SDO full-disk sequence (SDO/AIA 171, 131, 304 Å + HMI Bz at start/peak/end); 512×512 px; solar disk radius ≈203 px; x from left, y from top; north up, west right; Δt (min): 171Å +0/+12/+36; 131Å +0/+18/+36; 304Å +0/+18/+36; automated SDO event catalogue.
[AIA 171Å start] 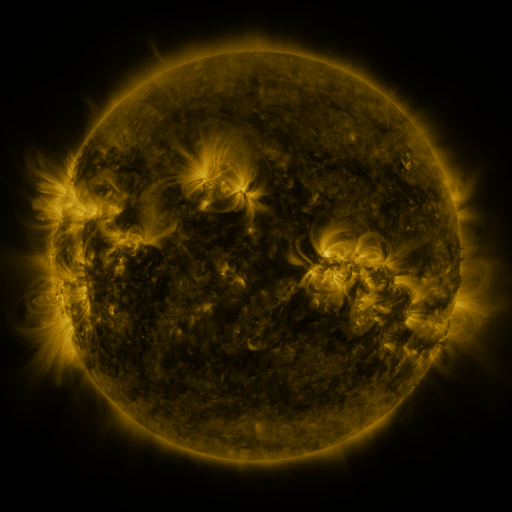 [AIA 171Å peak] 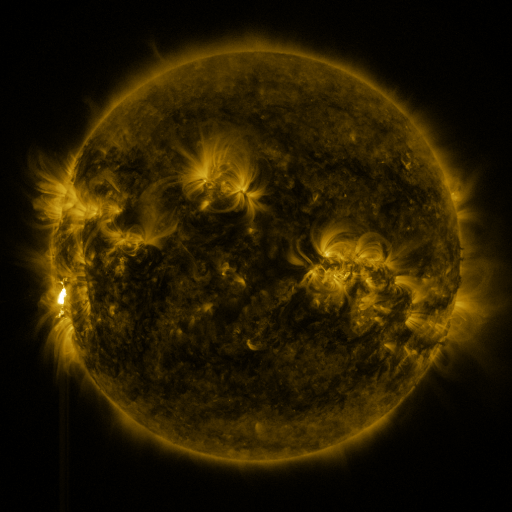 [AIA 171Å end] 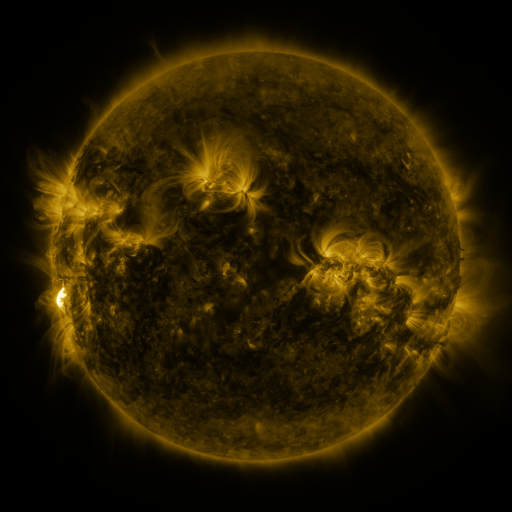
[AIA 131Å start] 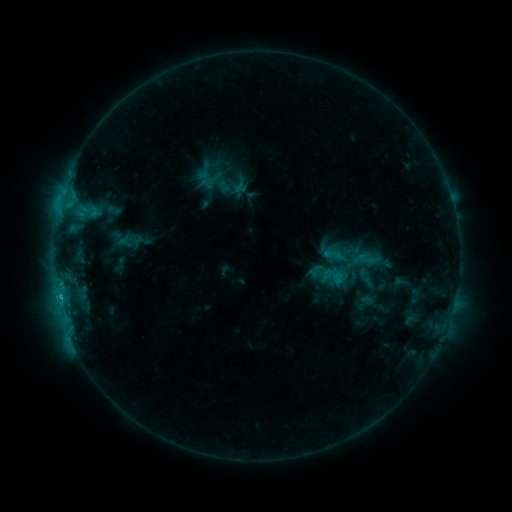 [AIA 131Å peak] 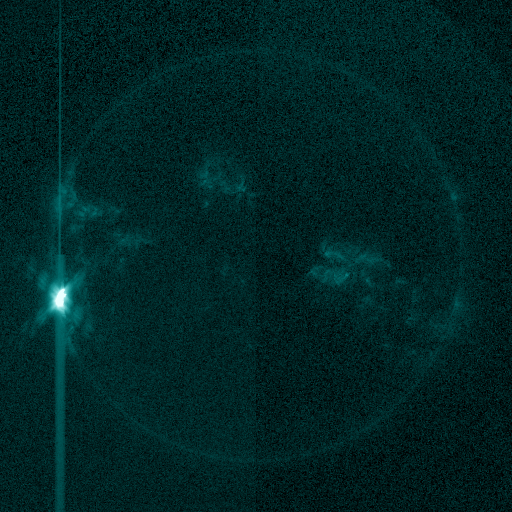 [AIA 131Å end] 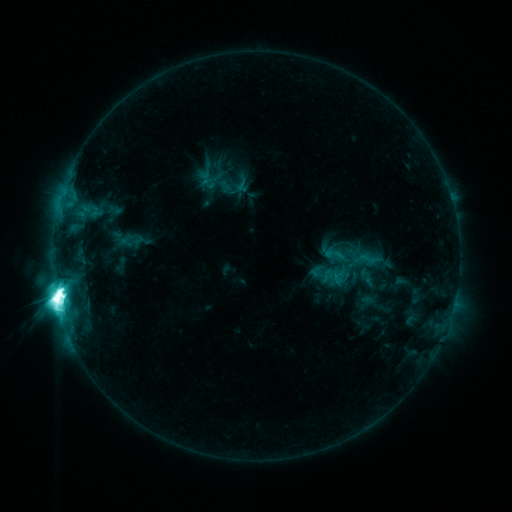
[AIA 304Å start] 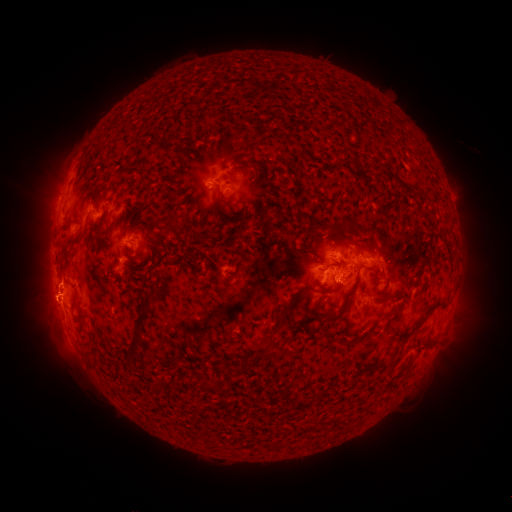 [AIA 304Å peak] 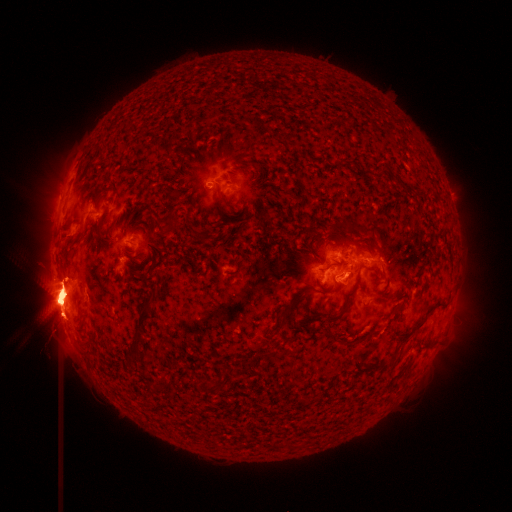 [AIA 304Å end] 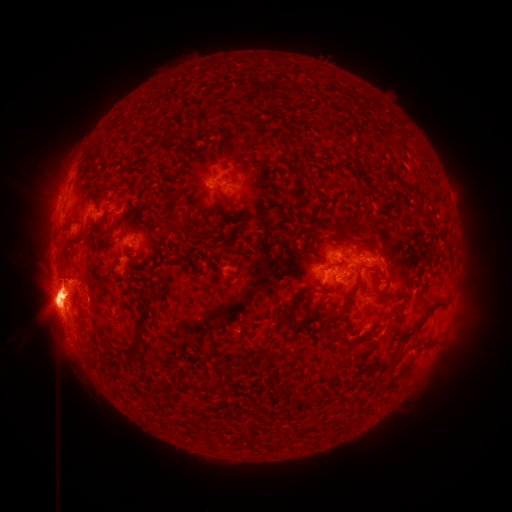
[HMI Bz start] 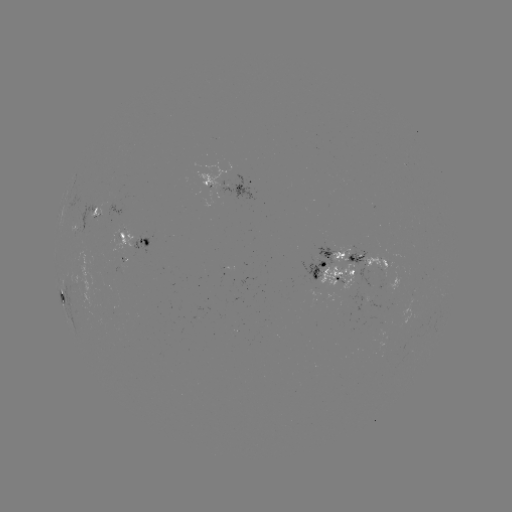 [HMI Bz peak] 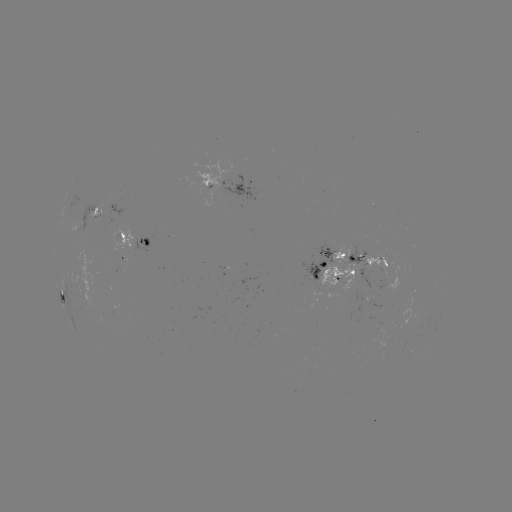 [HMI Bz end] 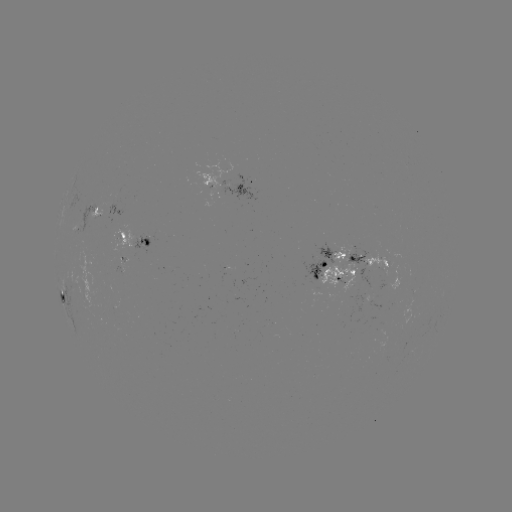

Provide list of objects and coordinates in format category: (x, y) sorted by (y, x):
eruption: (483, 299)
